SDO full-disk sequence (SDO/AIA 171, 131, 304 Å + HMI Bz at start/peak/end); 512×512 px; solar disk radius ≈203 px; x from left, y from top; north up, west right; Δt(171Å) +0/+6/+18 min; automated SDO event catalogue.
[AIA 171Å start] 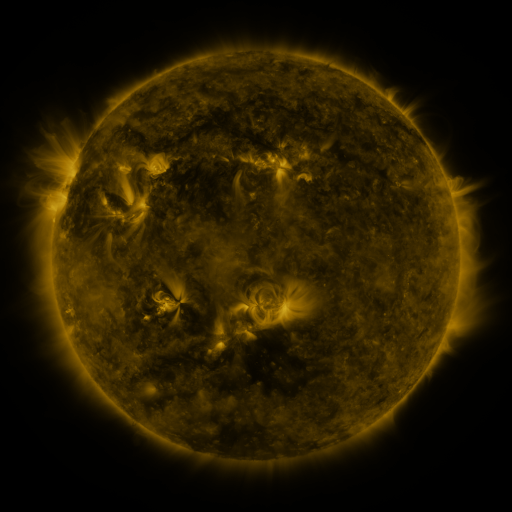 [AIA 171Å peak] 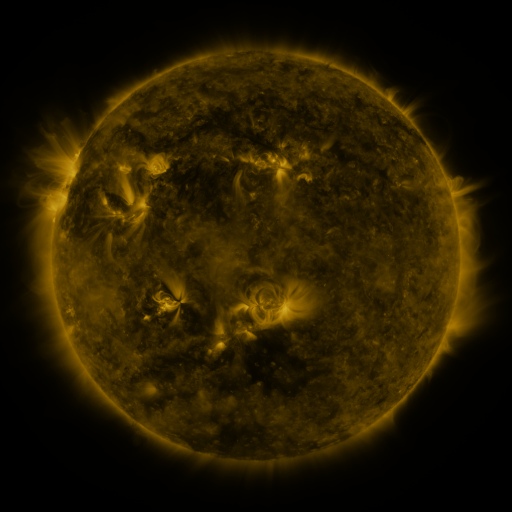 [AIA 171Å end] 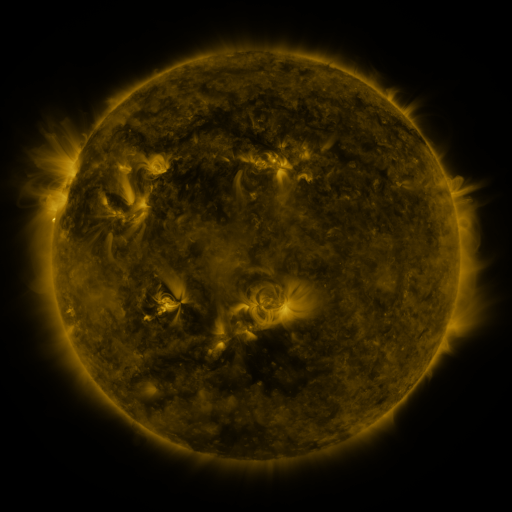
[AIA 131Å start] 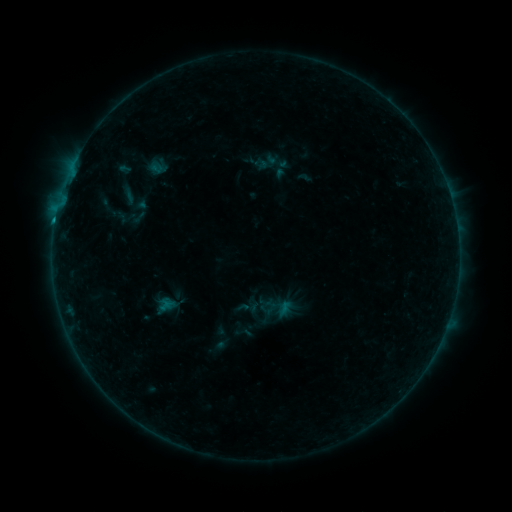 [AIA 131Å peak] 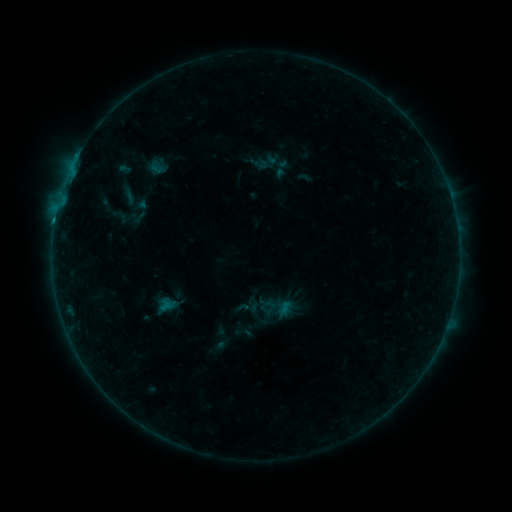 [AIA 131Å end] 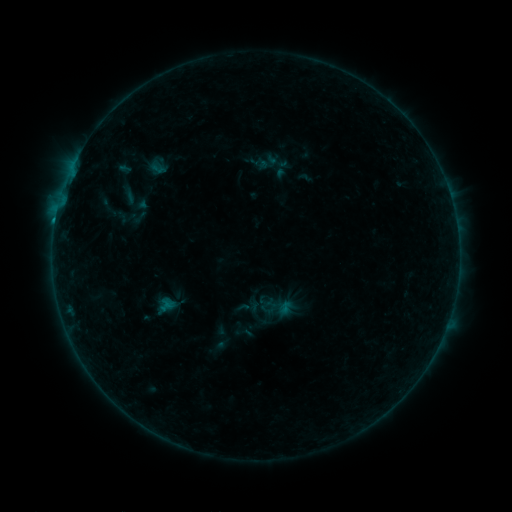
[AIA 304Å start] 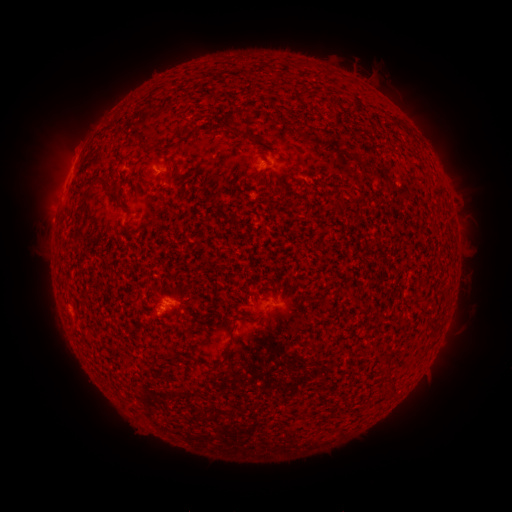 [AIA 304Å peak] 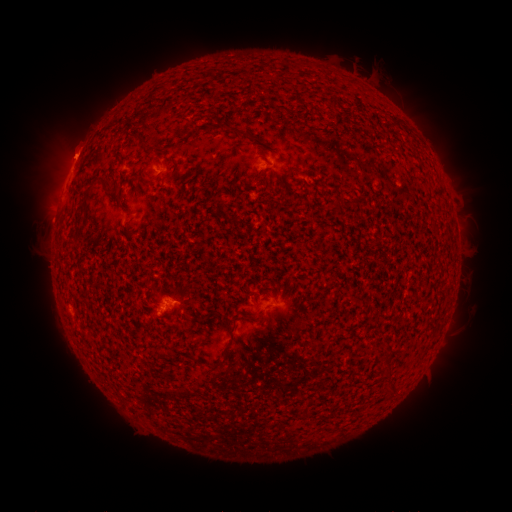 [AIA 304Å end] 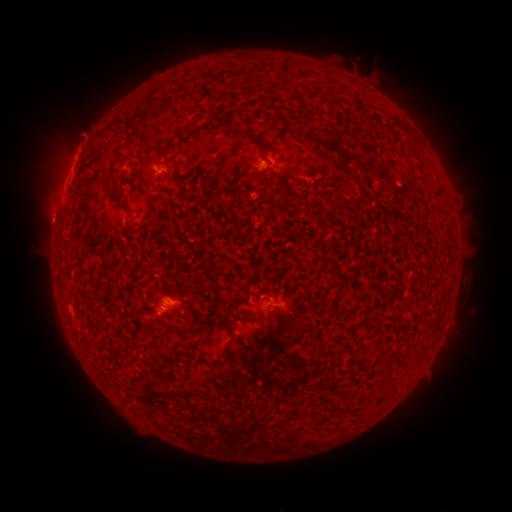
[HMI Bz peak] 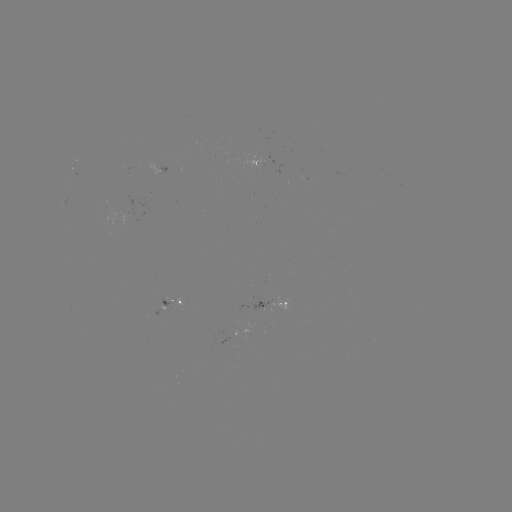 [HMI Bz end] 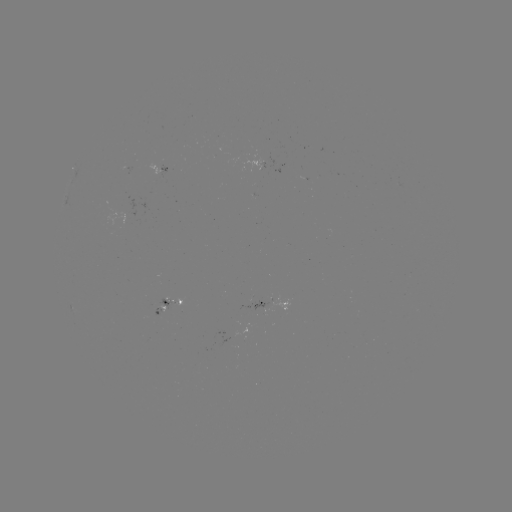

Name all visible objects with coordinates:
eruption: (74, 148)
